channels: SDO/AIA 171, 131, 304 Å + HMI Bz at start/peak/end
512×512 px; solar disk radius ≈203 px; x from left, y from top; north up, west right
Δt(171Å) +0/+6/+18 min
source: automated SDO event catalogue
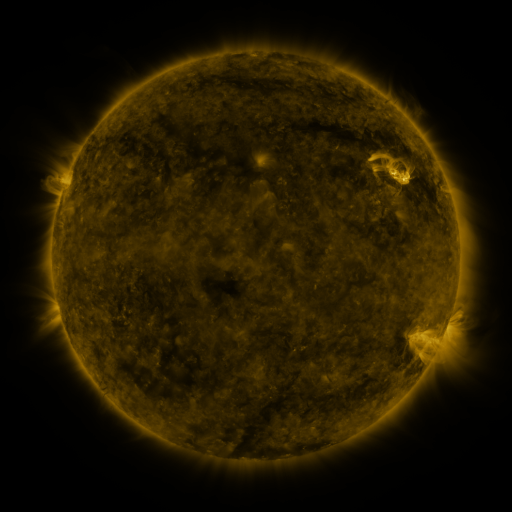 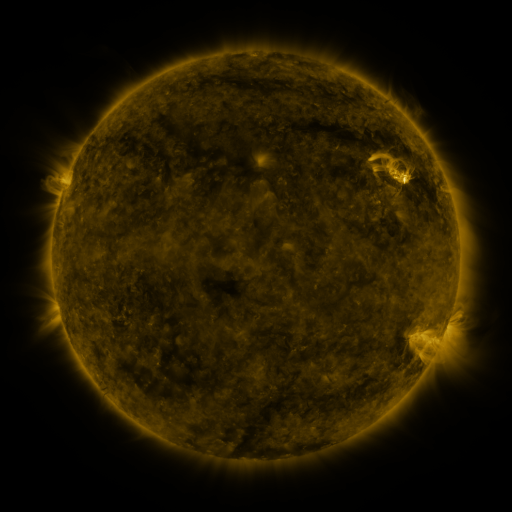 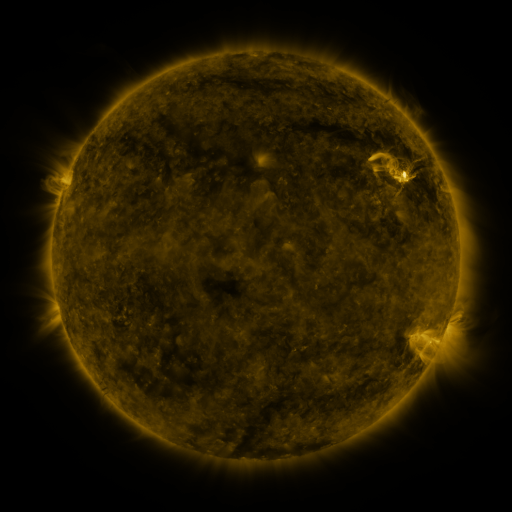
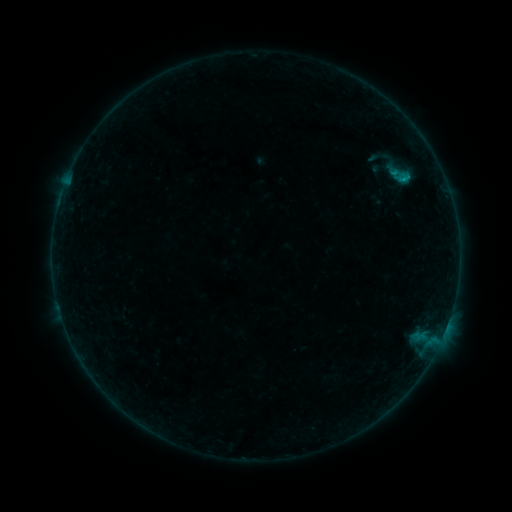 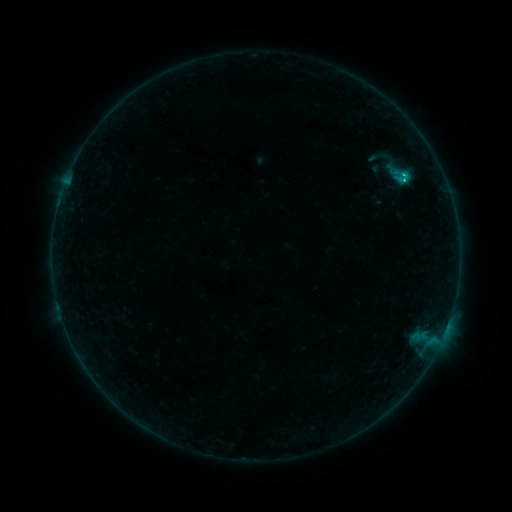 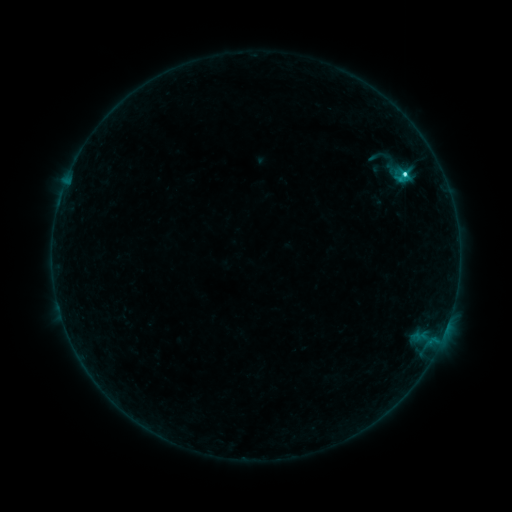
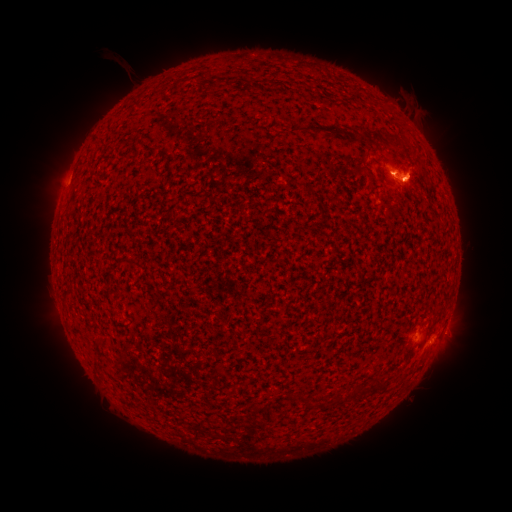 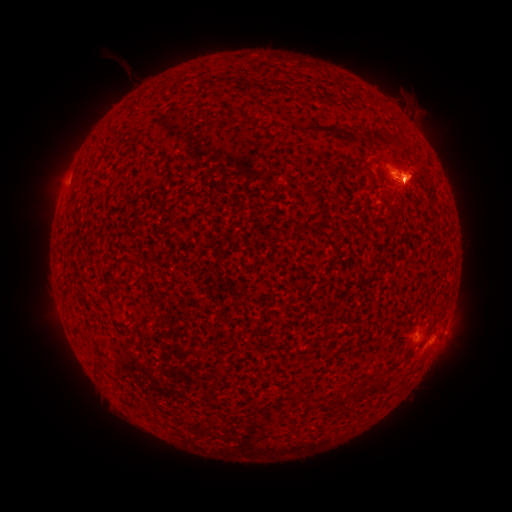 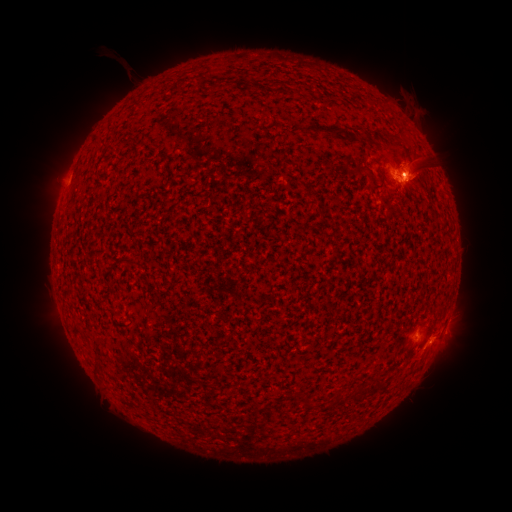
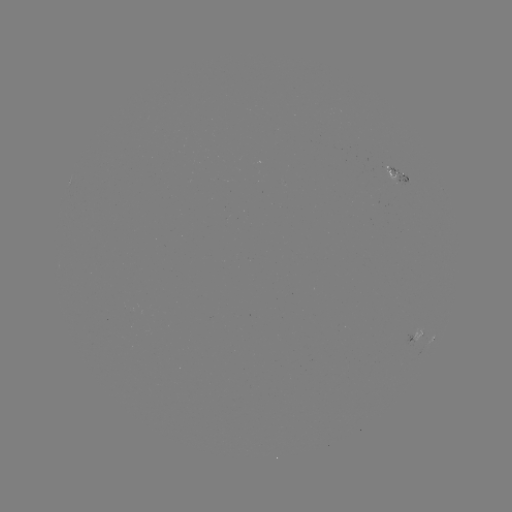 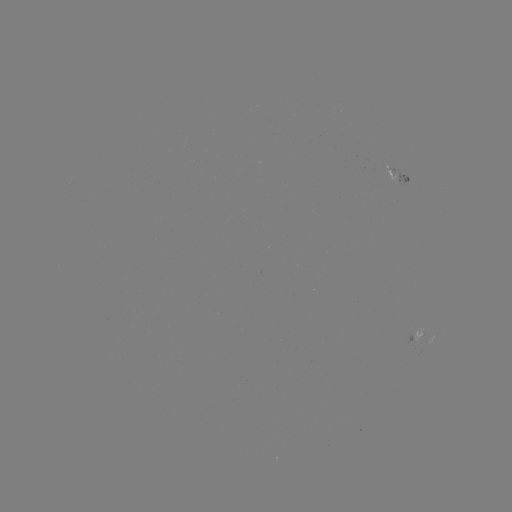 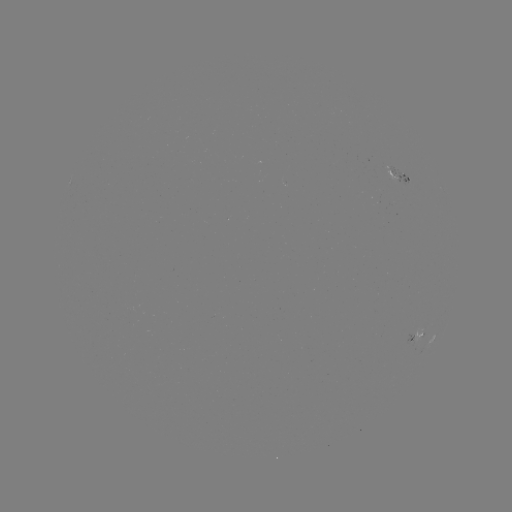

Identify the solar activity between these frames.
eruption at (420, 173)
